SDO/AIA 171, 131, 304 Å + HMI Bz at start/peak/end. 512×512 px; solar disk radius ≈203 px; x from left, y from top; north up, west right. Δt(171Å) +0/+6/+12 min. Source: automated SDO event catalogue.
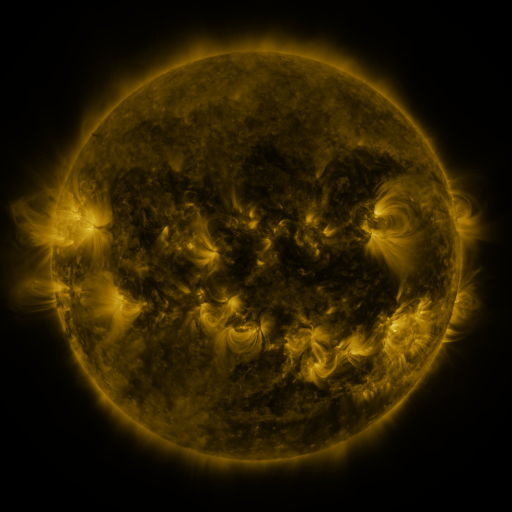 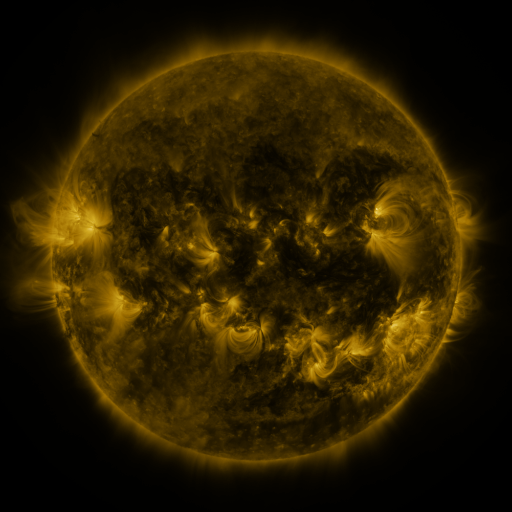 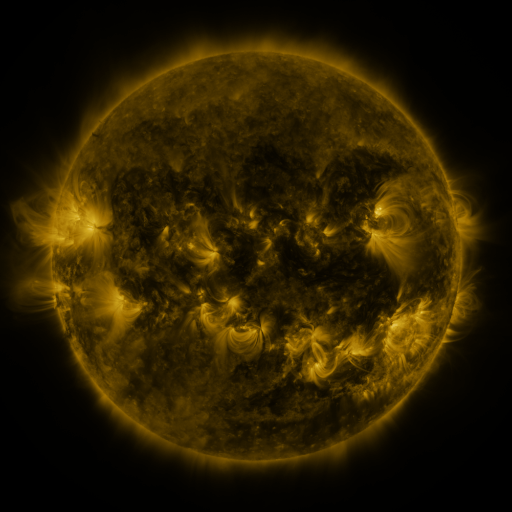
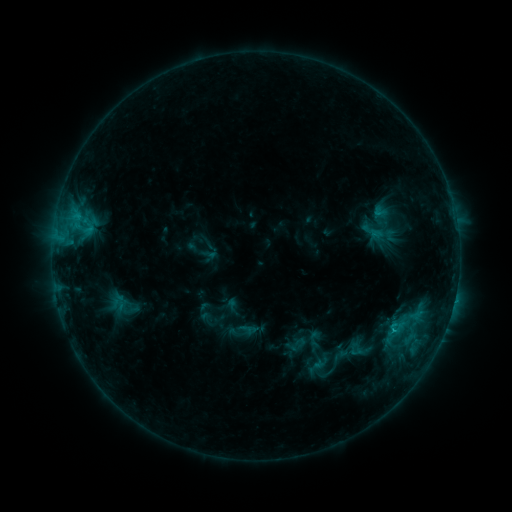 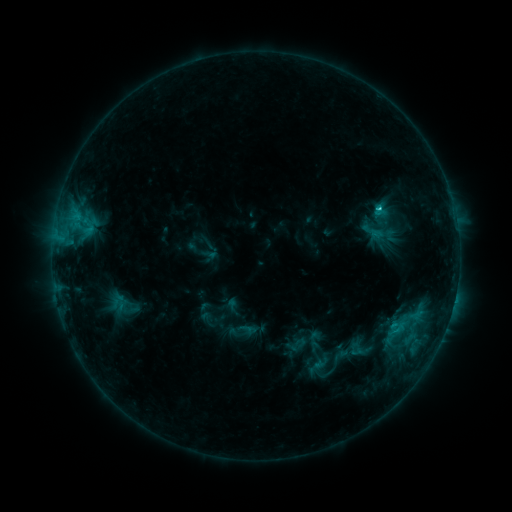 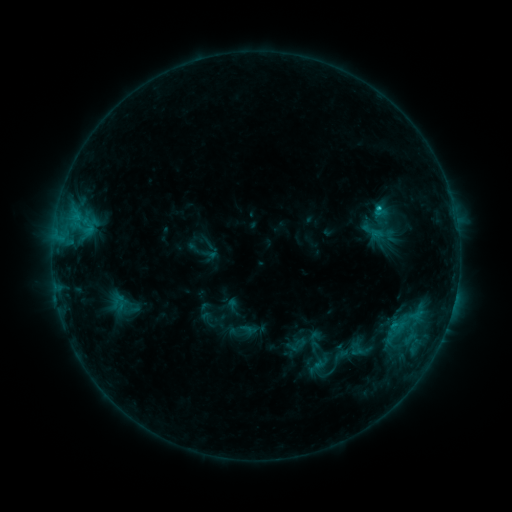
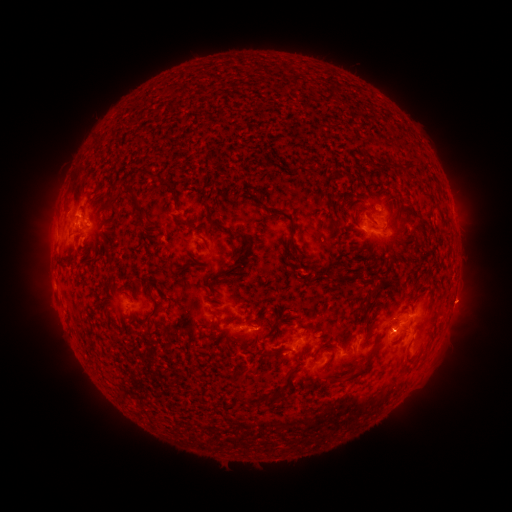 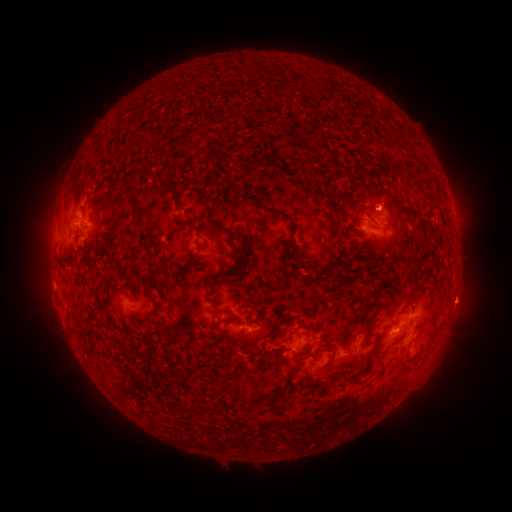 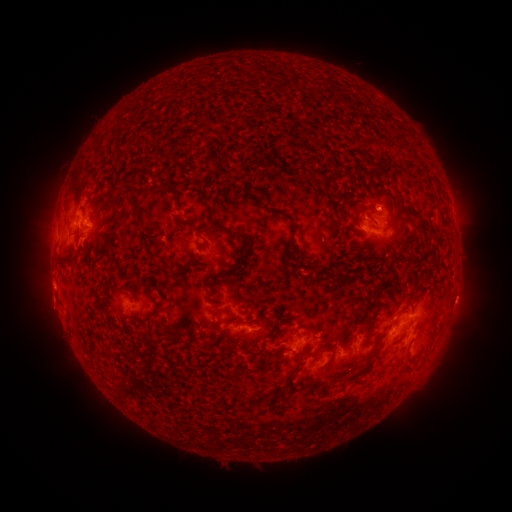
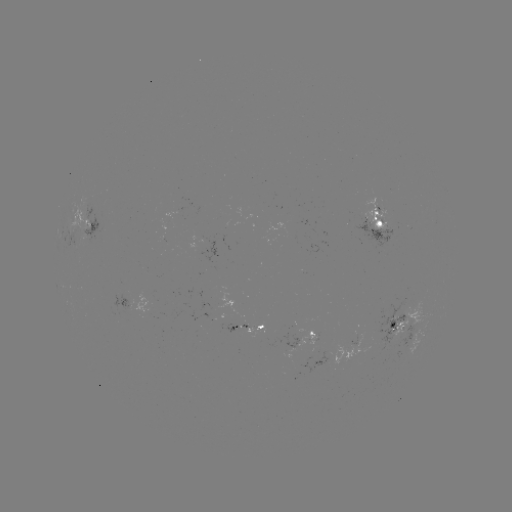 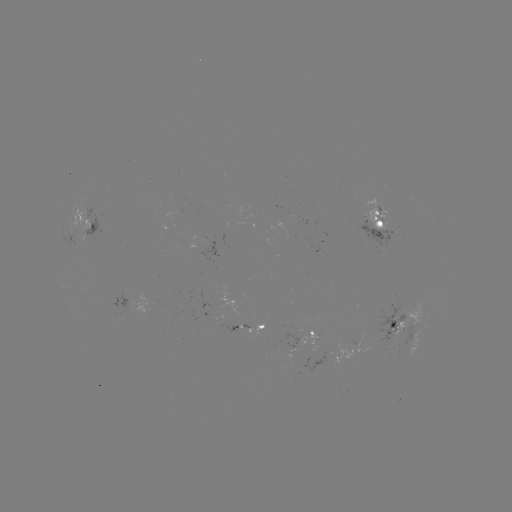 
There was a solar flare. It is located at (378, 212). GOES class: C1.5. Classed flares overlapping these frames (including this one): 2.